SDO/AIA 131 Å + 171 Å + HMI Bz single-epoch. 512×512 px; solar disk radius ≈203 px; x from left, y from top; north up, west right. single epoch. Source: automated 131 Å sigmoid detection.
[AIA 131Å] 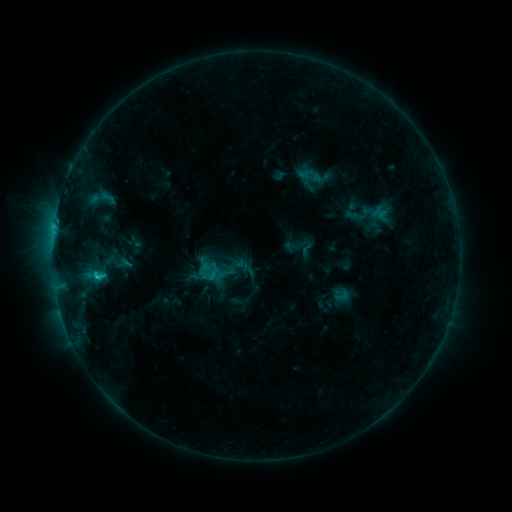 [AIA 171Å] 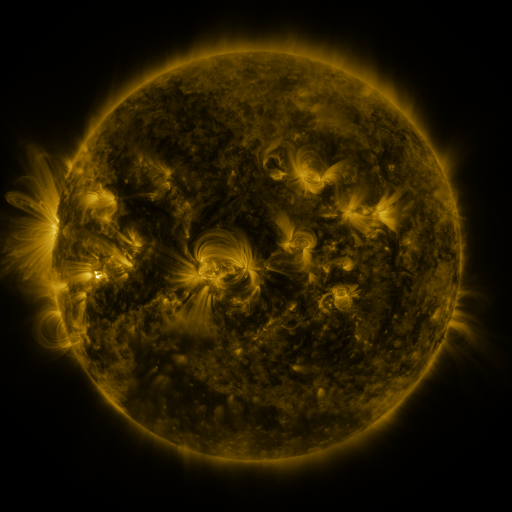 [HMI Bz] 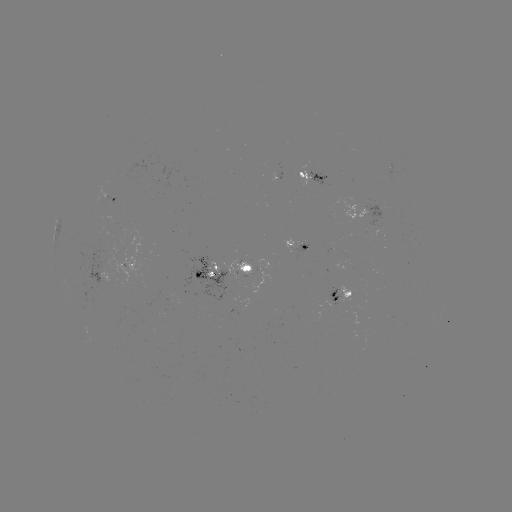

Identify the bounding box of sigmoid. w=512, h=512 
[98, 188, 116, 206].